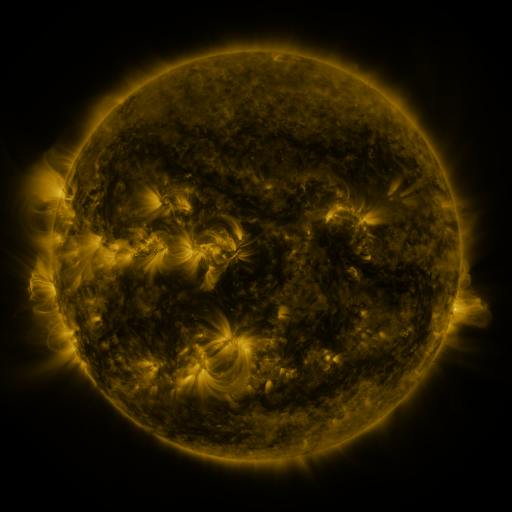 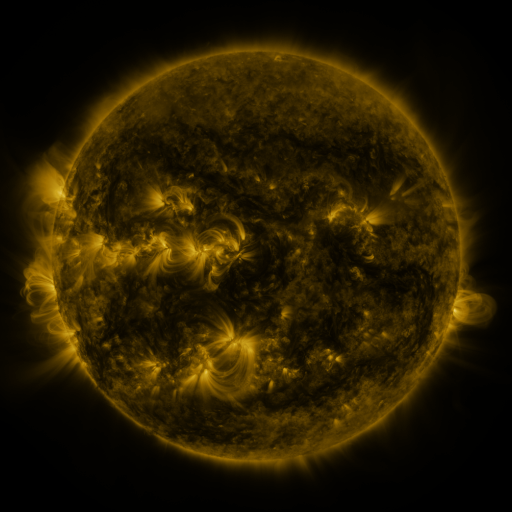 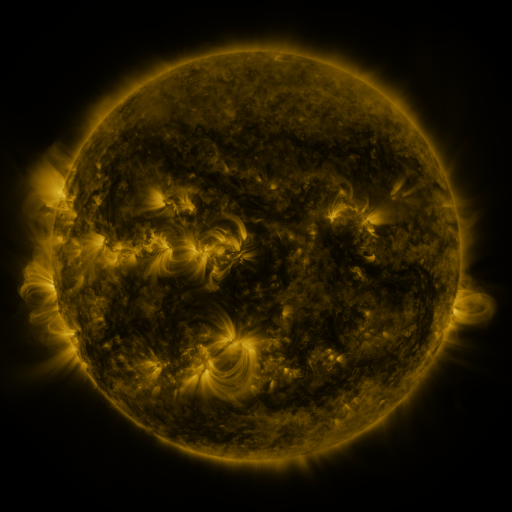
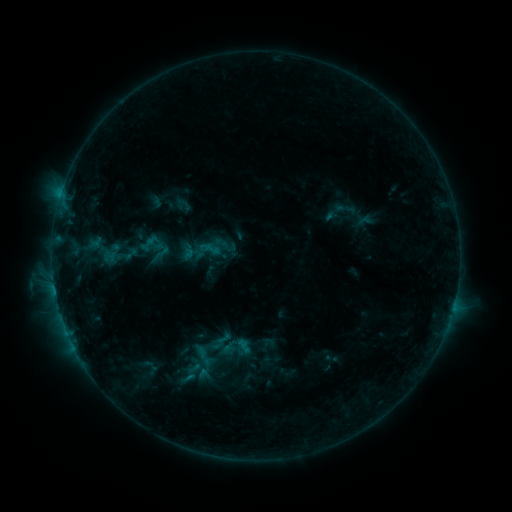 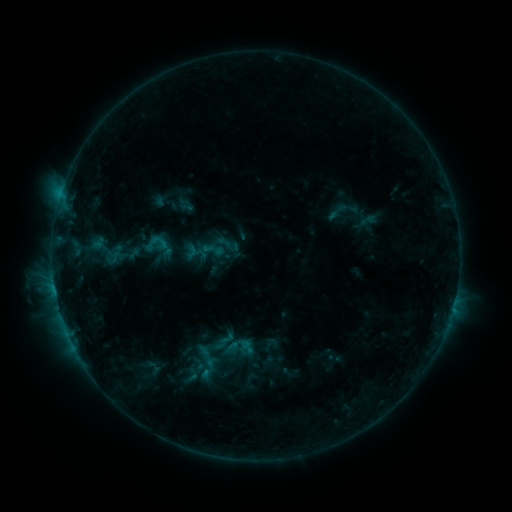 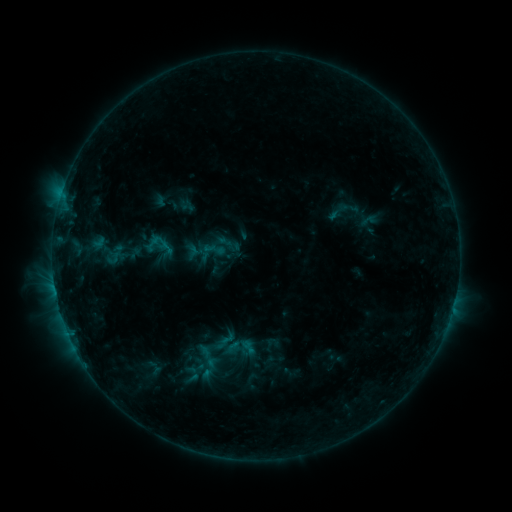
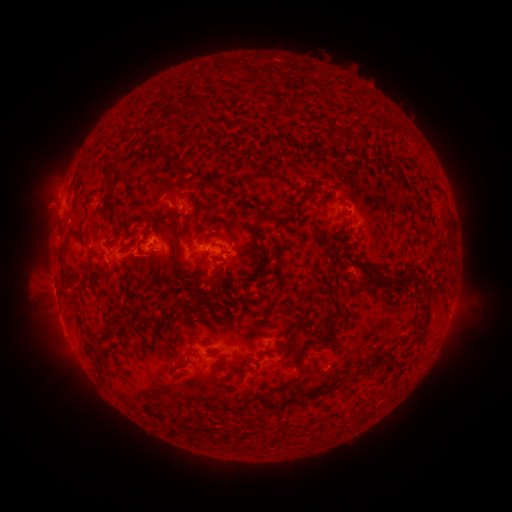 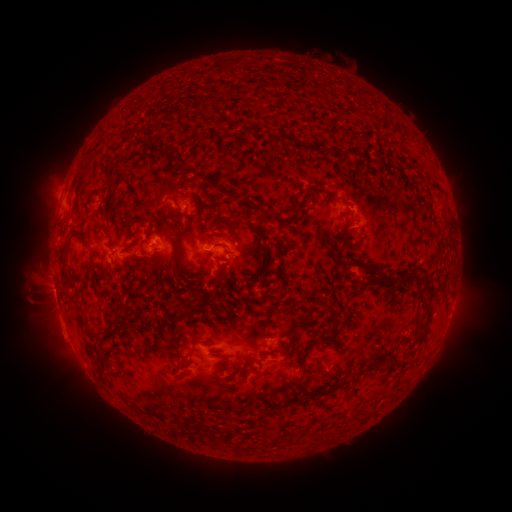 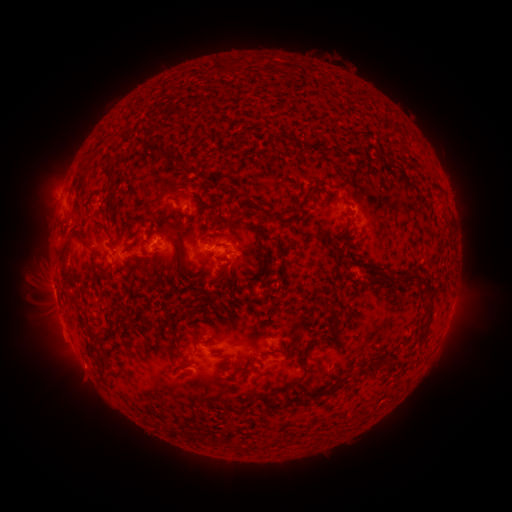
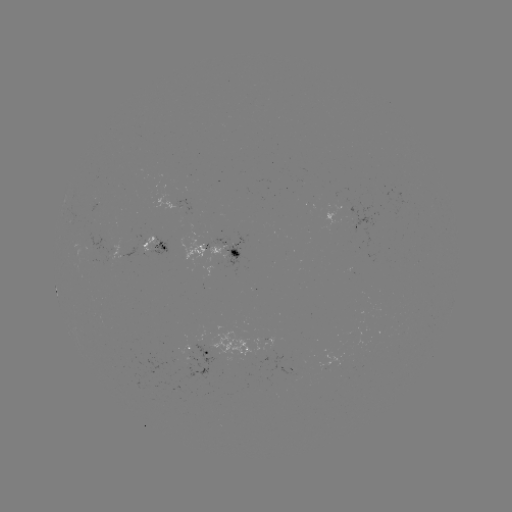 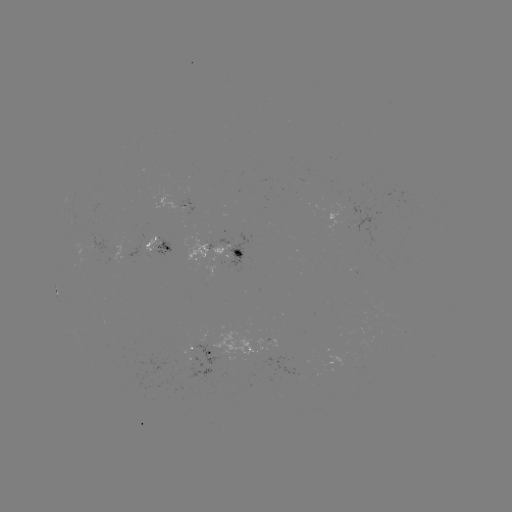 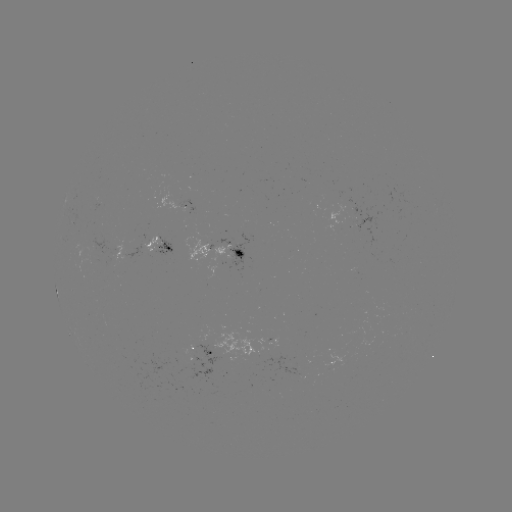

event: emerging-flux region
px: (170, 361)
